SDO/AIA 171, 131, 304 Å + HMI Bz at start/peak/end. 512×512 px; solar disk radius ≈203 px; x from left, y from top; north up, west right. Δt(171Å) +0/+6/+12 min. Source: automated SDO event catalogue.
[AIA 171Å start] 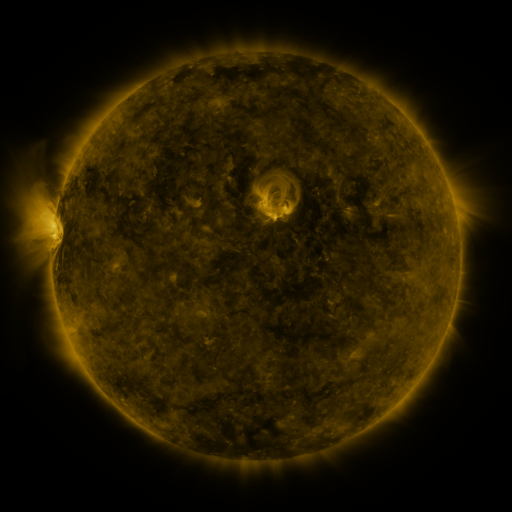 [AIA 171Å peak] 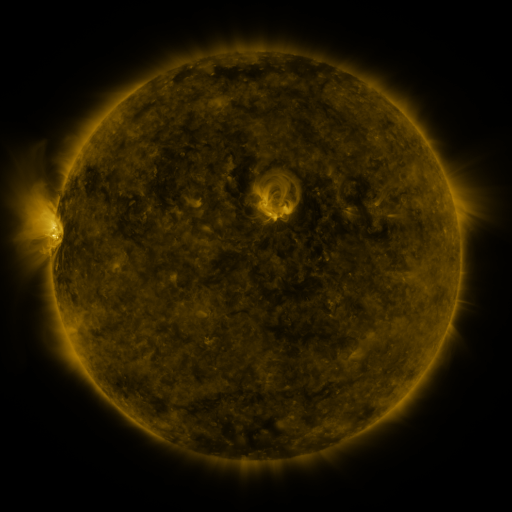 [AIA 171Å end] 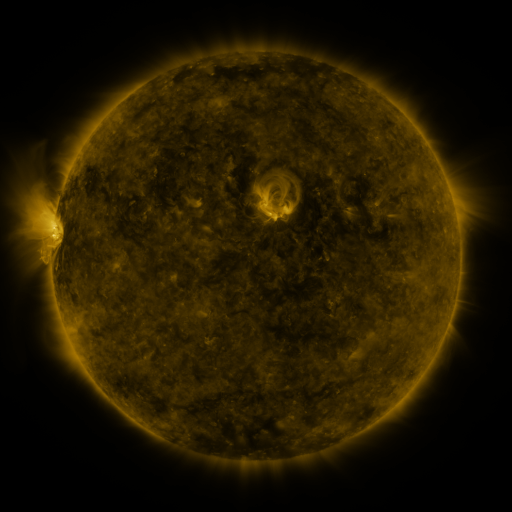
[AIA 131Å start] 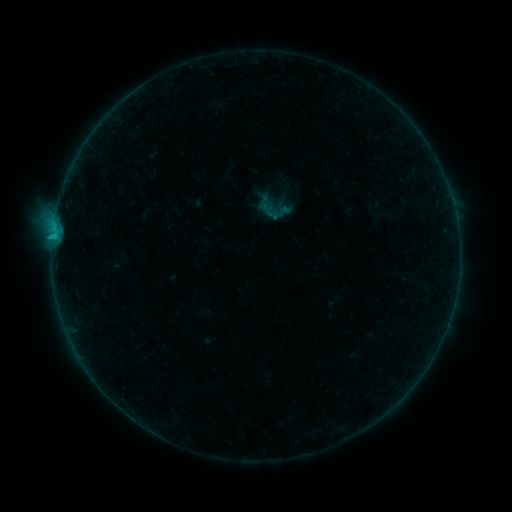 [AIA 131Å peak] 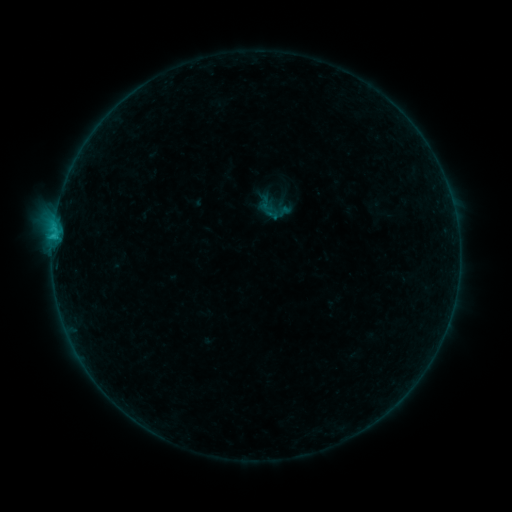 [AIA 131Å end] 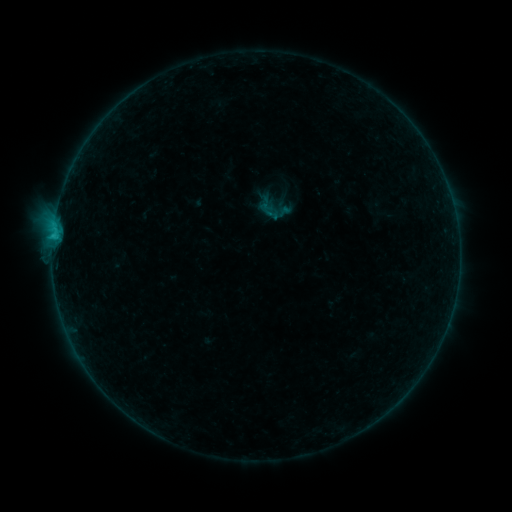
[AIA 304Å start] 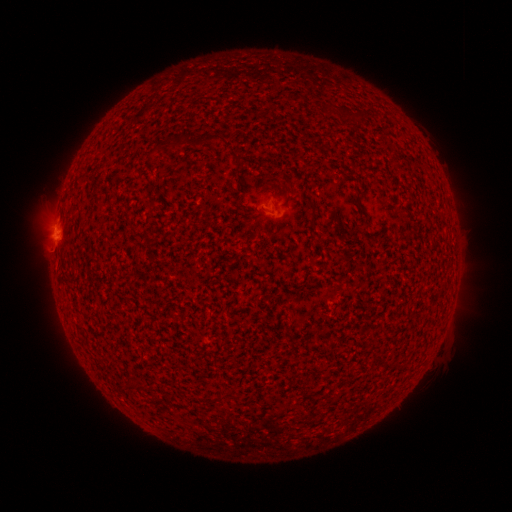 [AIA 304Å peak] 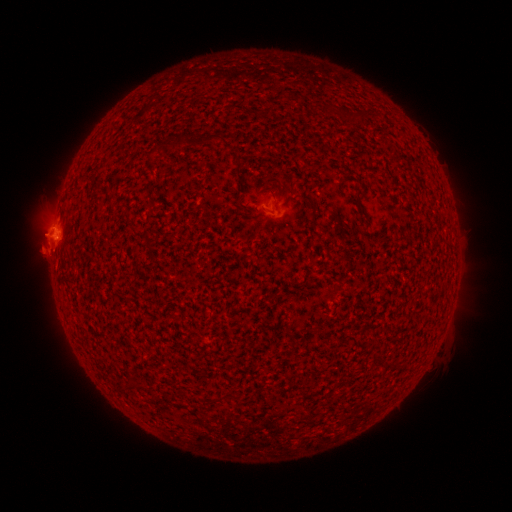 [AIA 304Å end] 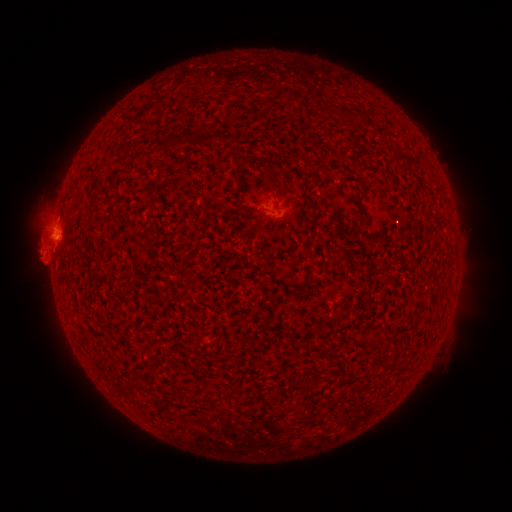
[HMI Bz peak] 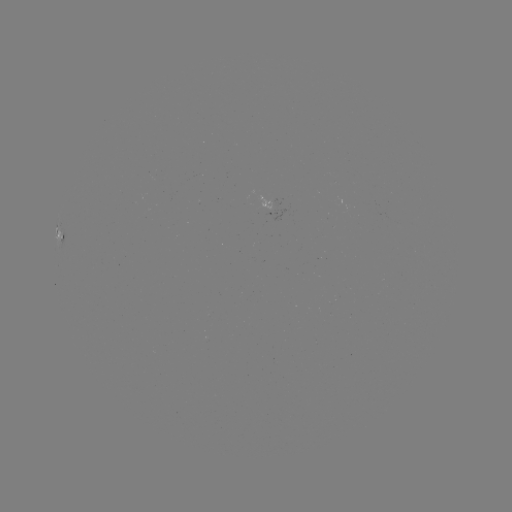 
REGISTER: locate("eruption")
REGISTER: [44, 240]